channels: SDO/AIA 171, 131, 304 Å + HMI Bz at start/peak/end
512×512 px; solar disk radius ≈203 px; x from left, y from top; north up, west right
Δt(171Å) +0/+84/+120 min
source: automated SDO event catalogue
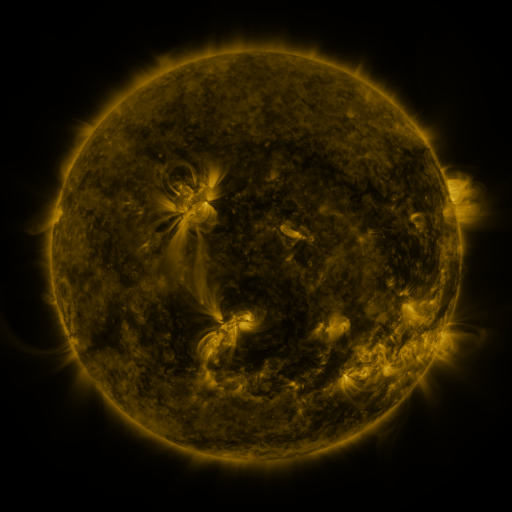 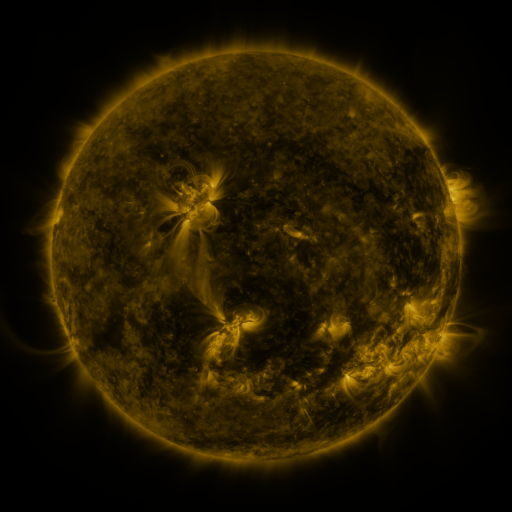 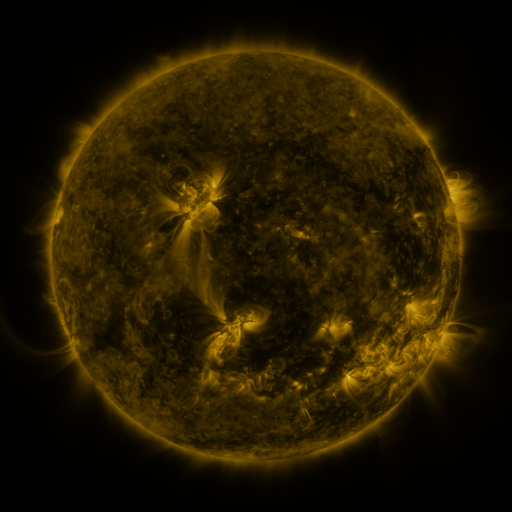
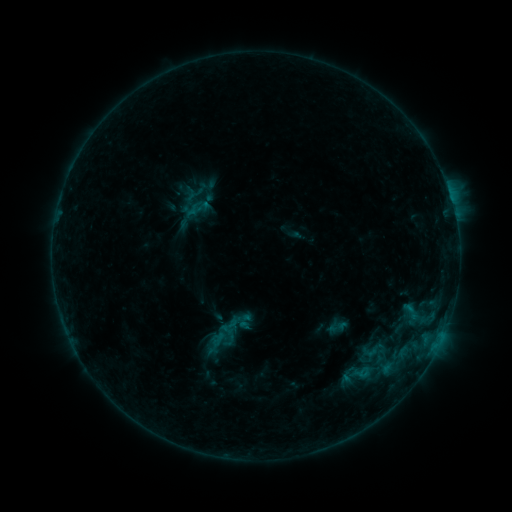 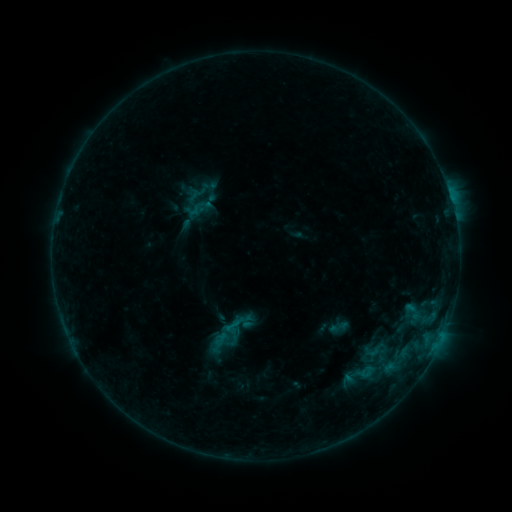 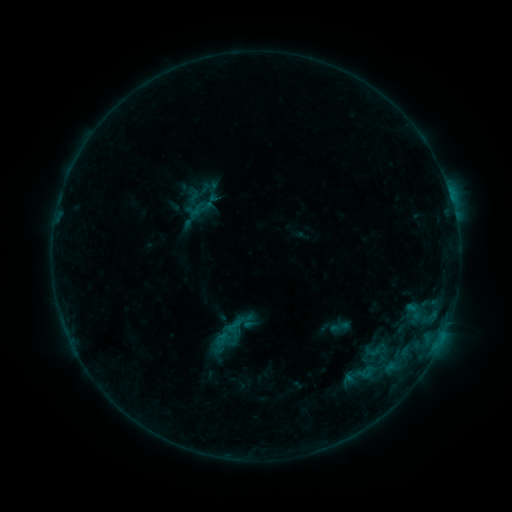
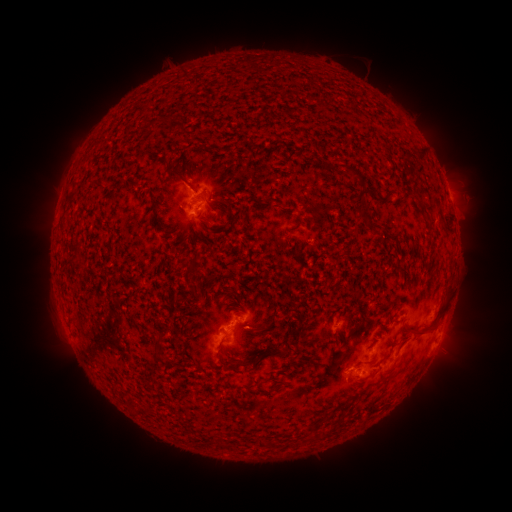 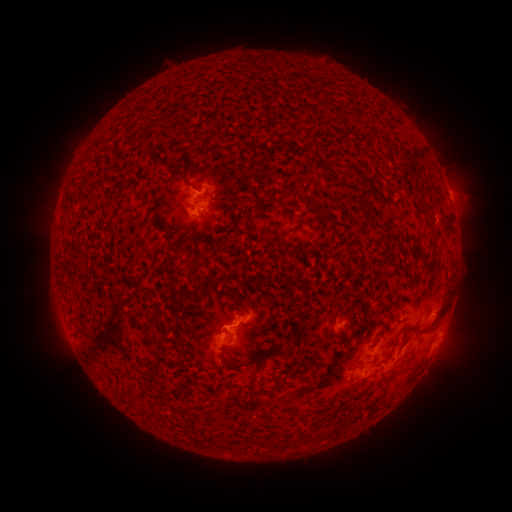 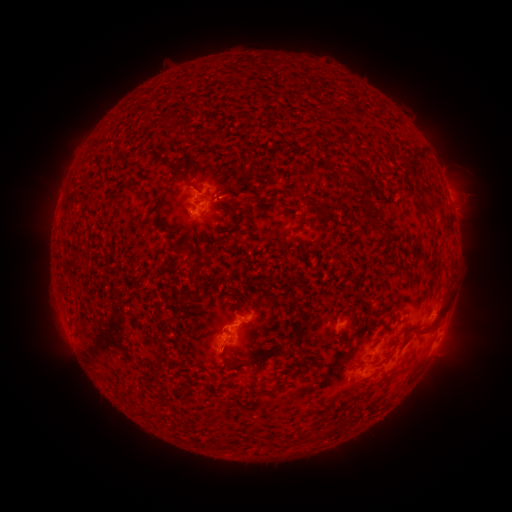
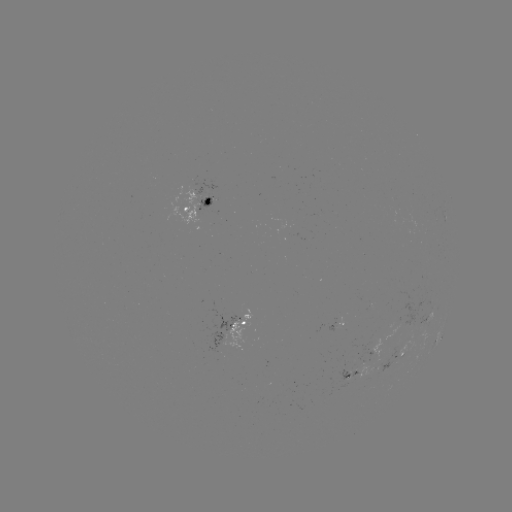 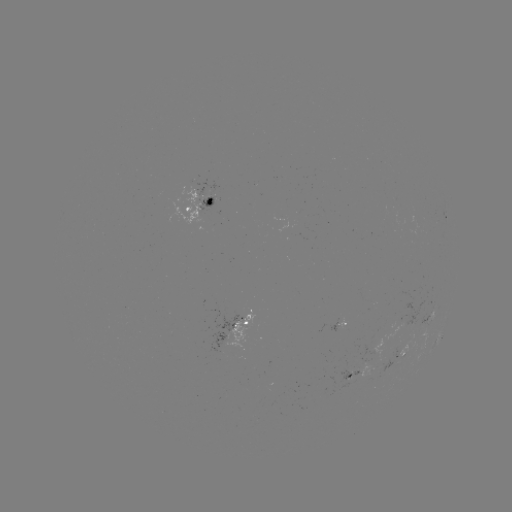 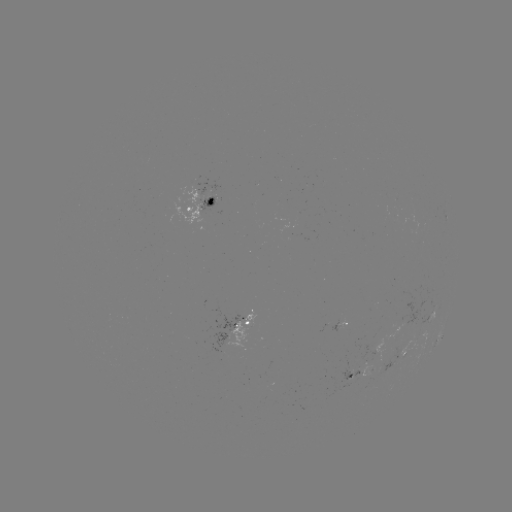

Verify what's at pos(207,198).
emerging-flux region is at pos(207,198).